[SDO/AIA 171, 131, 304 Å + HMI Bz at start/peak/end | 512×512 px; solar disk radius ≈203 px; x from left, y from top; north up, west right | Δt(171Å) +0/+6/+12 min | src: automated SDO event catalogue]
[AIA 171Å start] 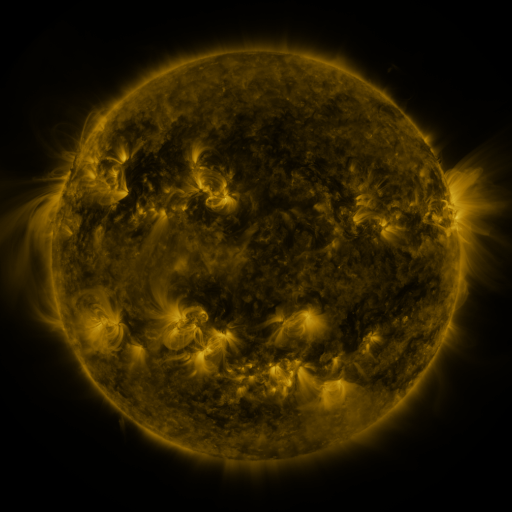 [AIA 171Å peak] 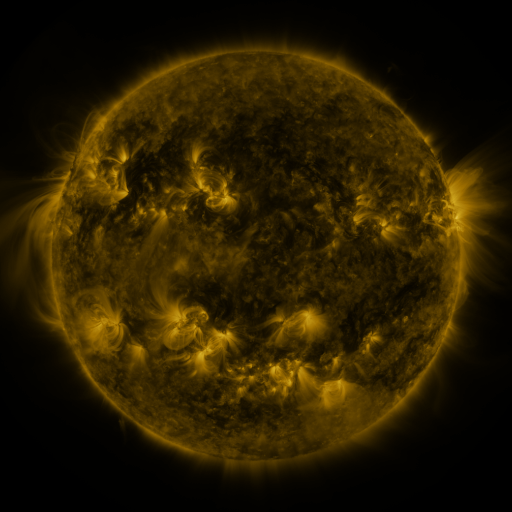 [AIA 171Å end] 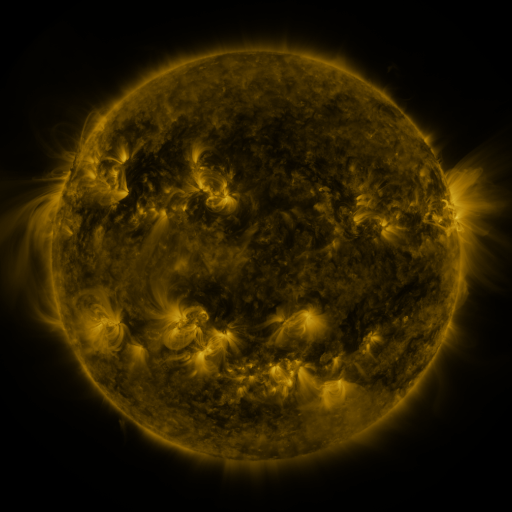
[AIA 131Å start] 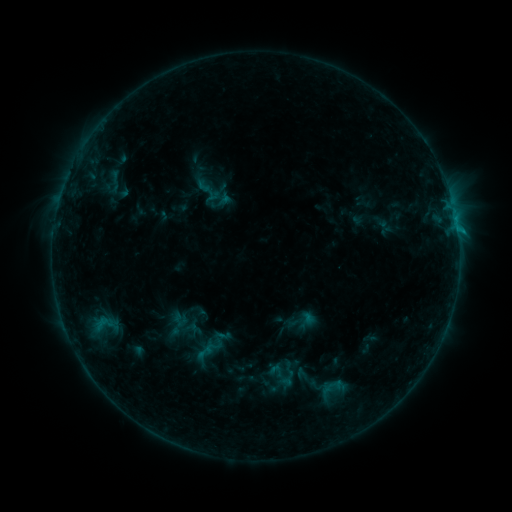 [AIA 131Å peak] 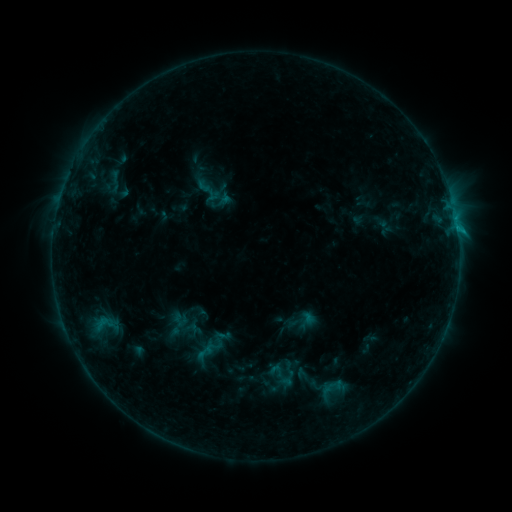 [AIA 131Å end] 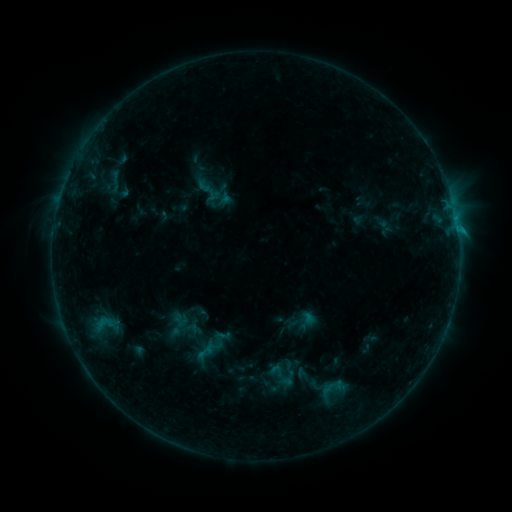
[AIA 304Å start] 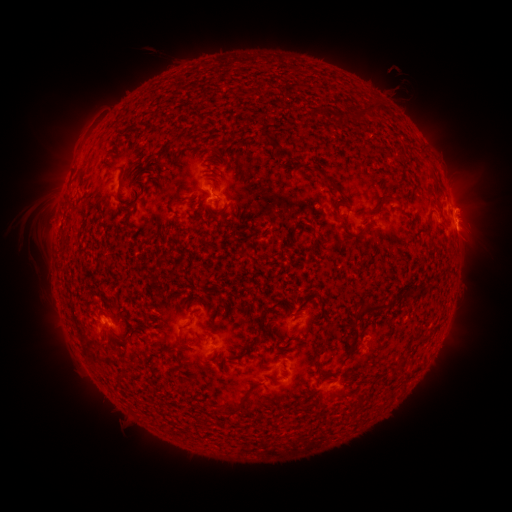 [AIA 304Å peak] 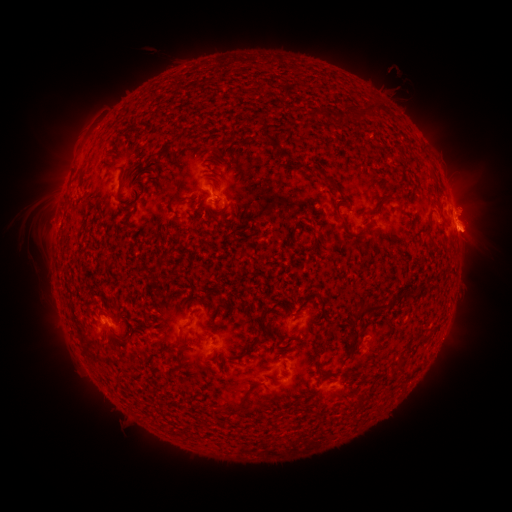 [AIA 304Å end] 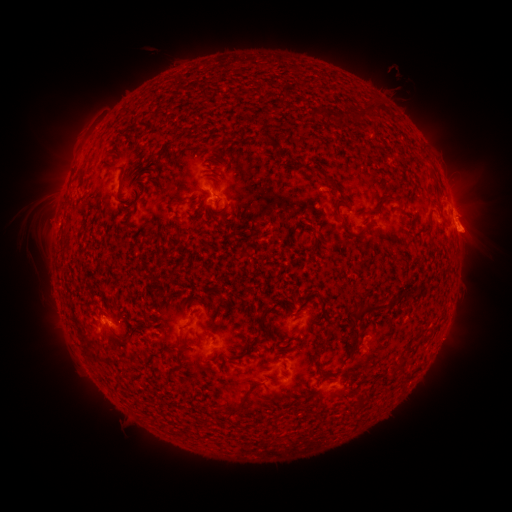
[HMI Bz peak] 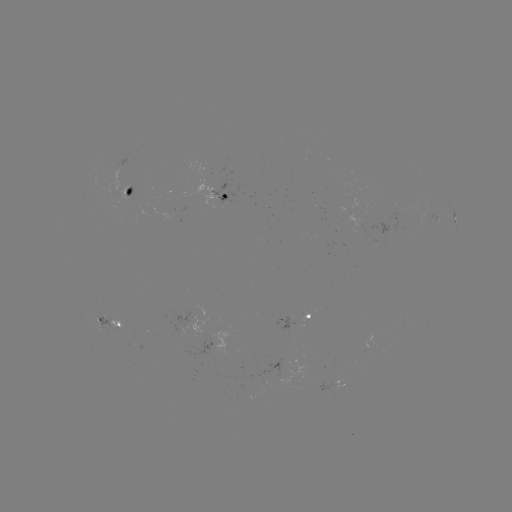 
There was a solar eruption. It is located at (475, 224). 